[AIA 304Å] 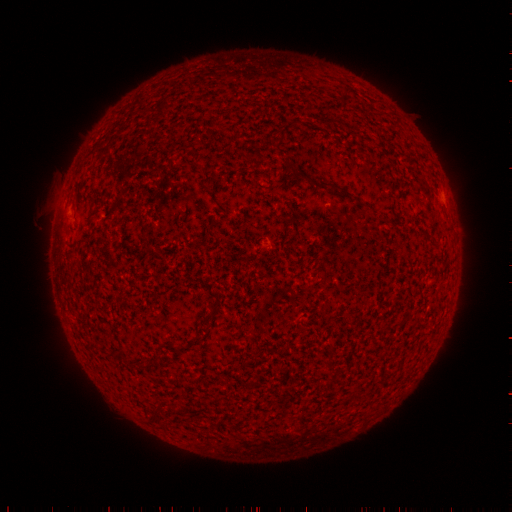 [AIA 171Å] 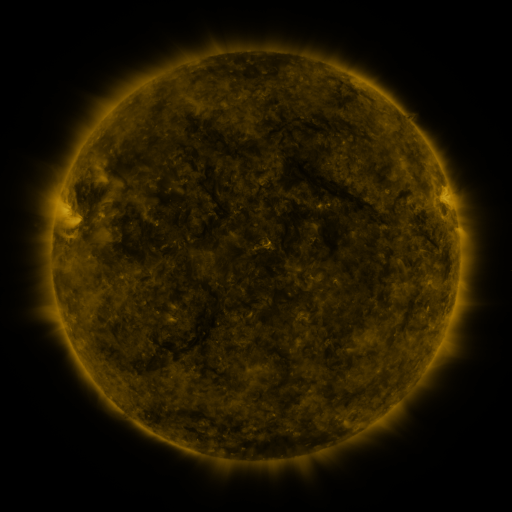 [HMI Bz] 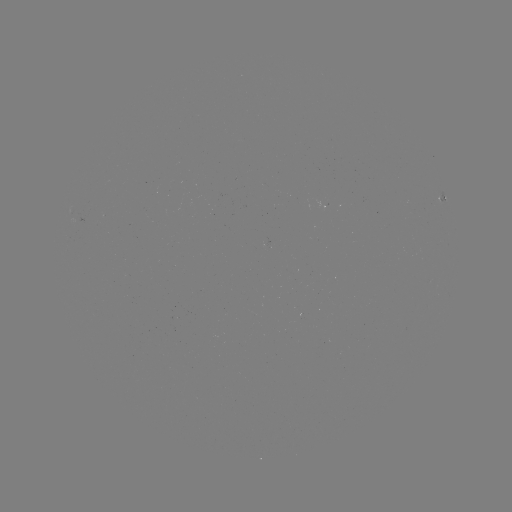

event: spotted active region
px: (442, 199)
